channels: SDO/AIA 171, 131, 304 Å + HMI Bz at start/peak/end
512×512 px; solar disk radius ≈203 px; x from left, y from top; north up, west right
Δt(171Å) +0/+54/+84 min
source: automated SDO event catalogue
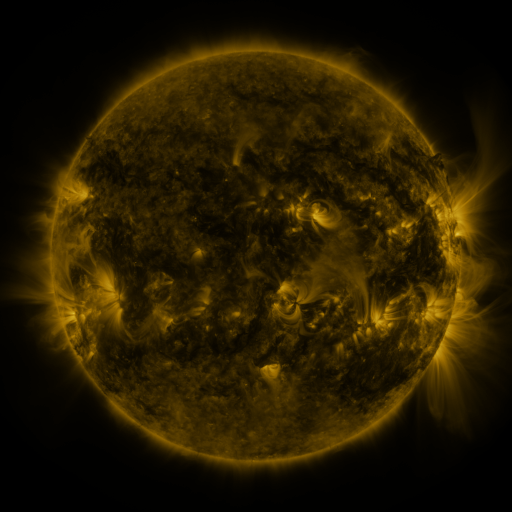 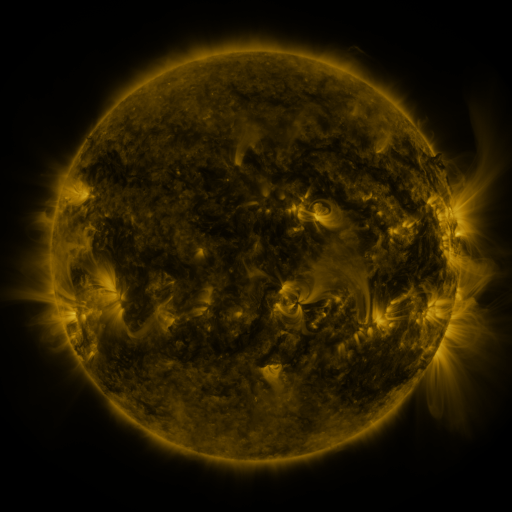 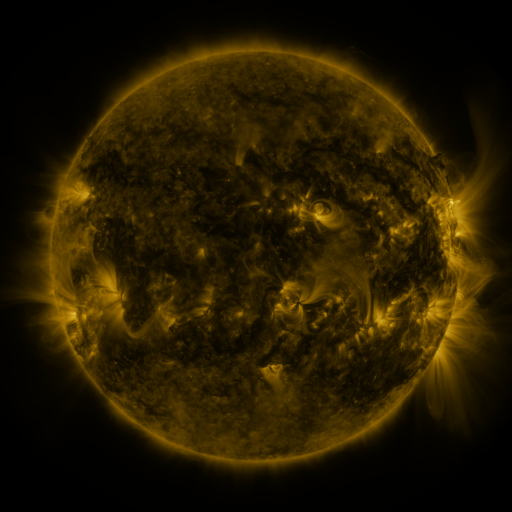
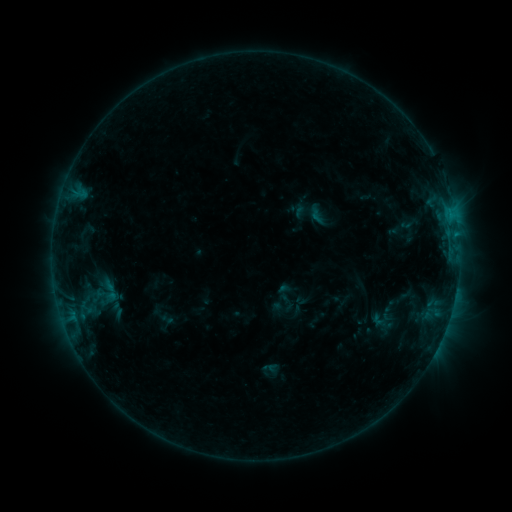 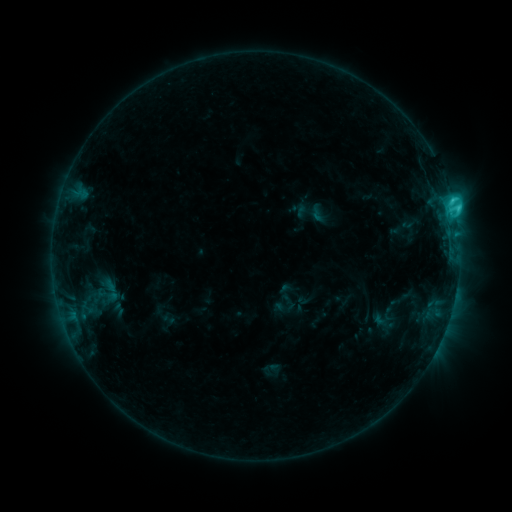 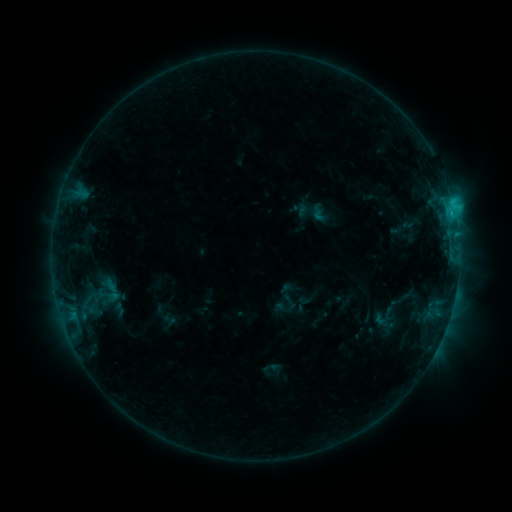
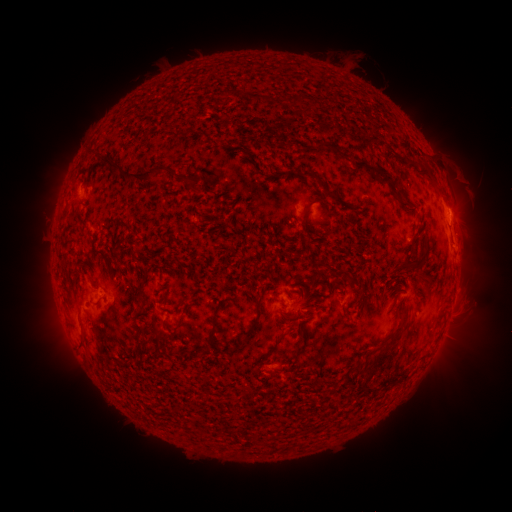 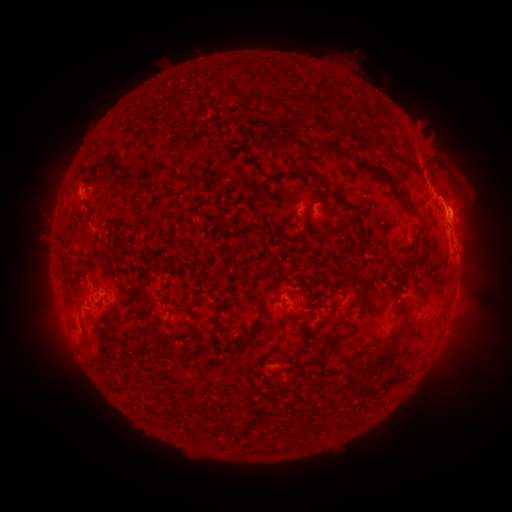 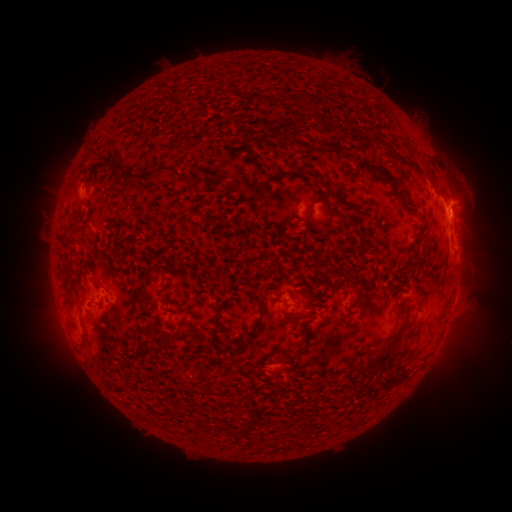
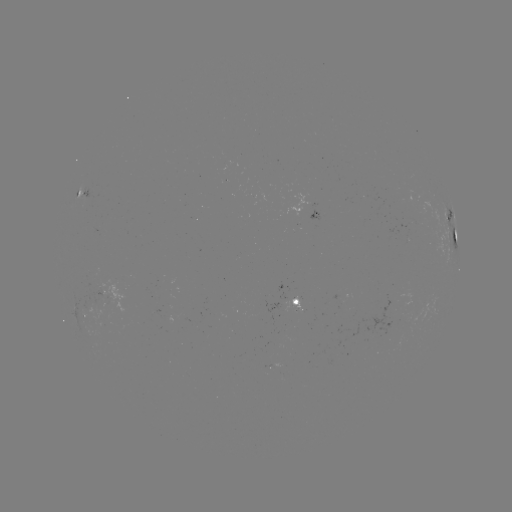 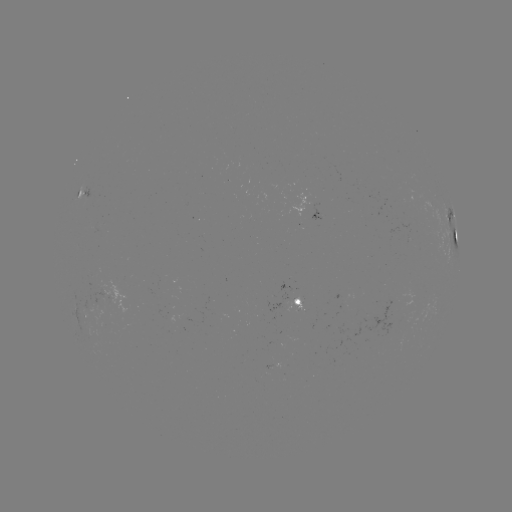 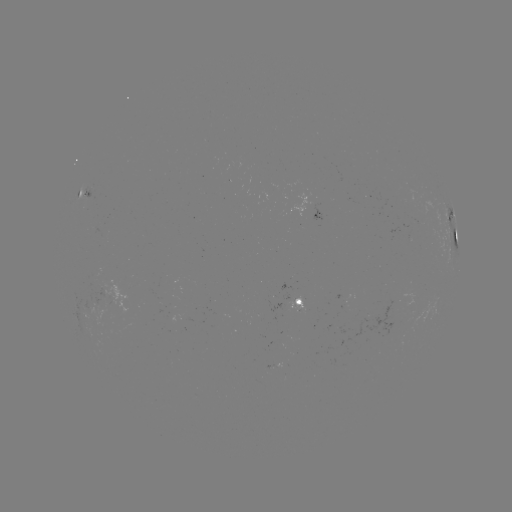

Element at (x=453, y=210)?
C3.1 flare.